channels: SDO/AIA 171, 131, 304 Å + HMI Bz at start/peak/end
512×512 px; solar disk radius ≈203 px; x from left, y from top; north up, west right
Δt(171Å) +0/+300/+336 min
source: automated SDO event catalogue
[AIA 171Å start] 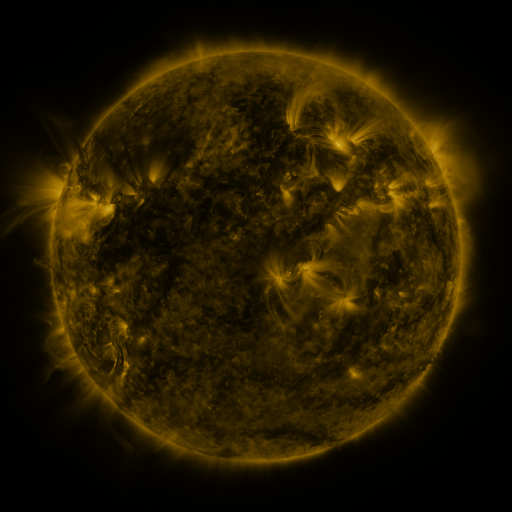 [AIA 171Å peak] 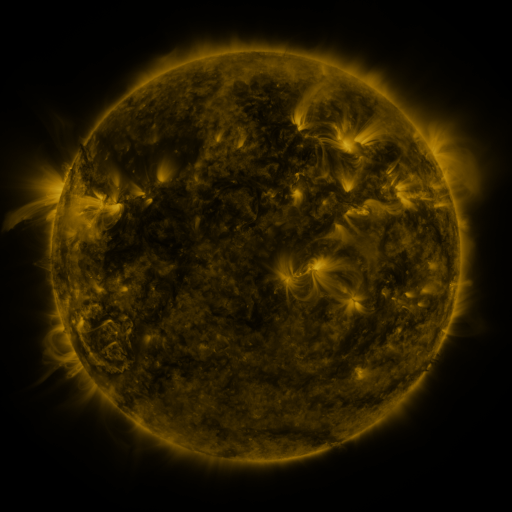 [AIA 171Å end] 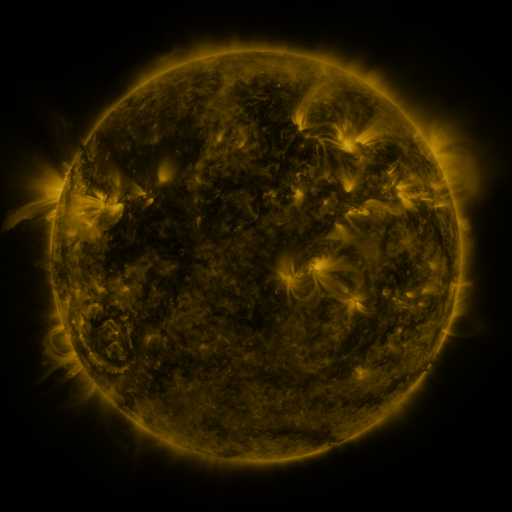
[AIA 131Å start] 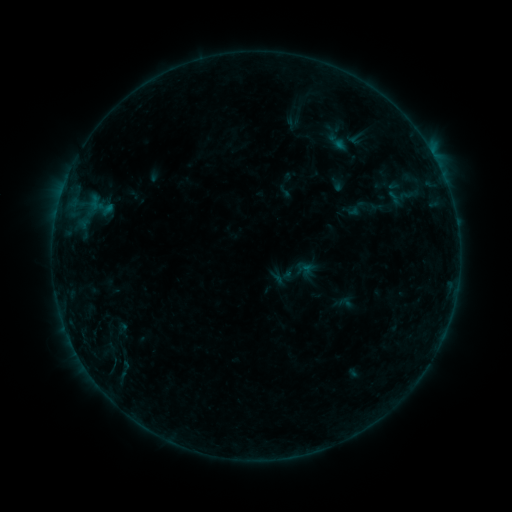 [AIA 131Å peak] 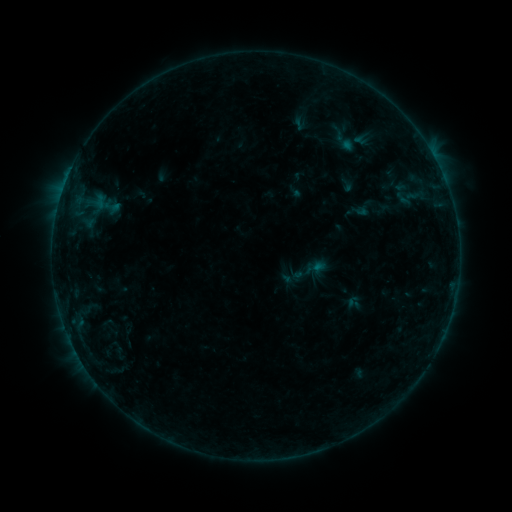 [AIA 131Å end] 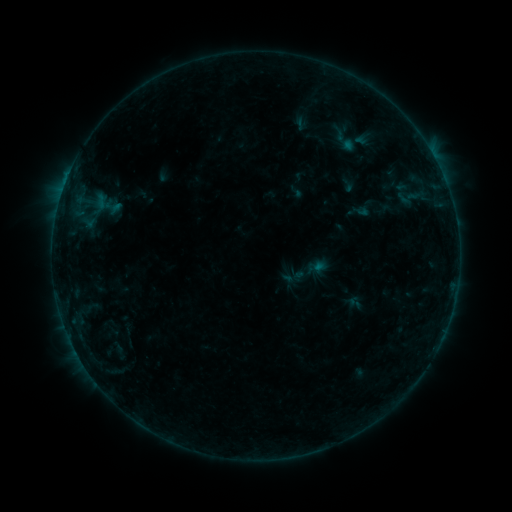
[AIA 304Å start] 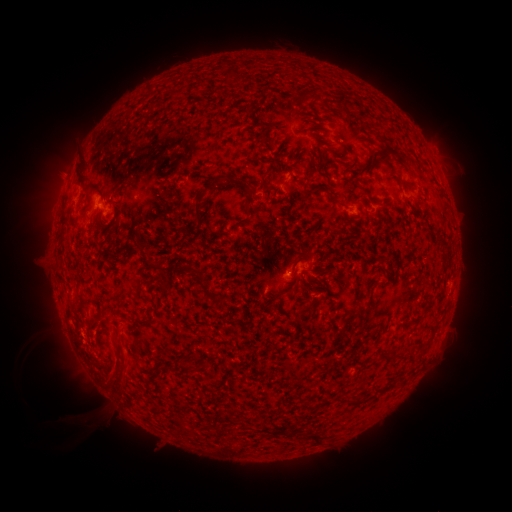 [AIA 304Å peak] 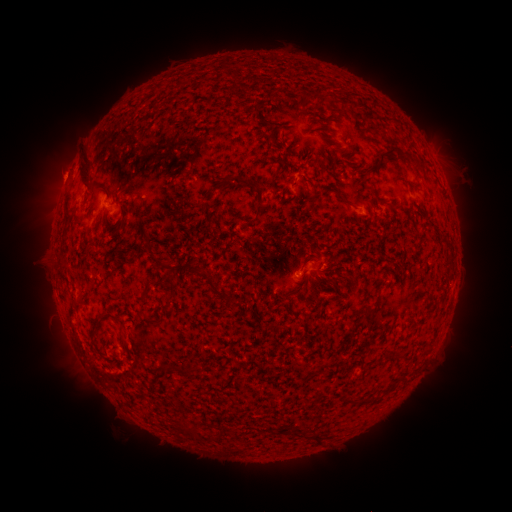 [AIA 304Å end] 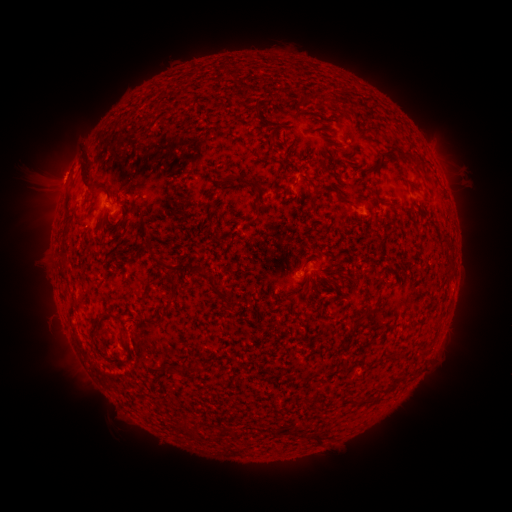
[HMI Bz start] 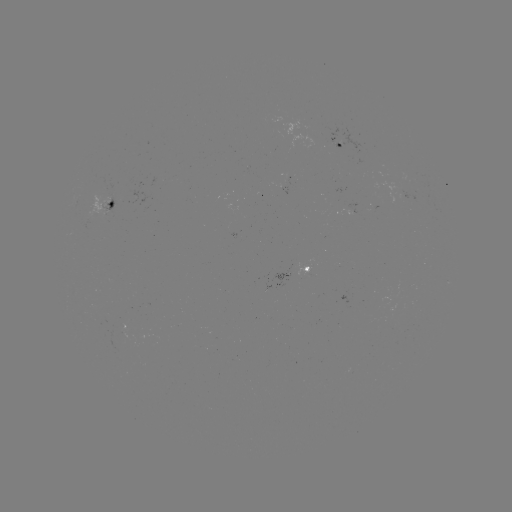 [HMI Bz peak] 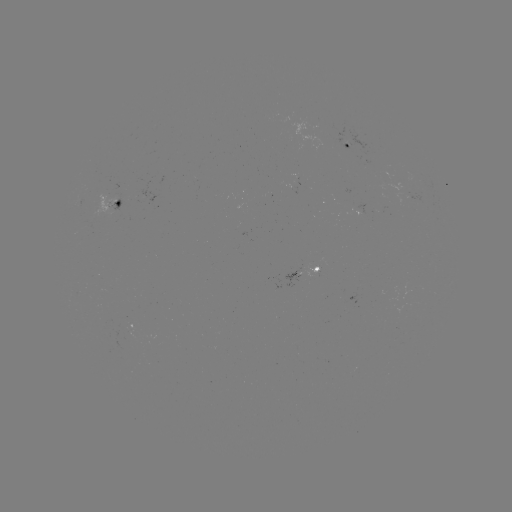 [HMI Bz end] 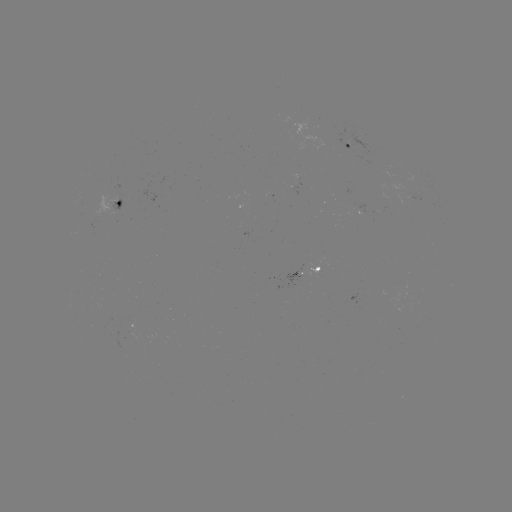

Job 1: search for emerging-flux region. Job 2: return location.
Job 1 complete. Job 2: [295, 277].